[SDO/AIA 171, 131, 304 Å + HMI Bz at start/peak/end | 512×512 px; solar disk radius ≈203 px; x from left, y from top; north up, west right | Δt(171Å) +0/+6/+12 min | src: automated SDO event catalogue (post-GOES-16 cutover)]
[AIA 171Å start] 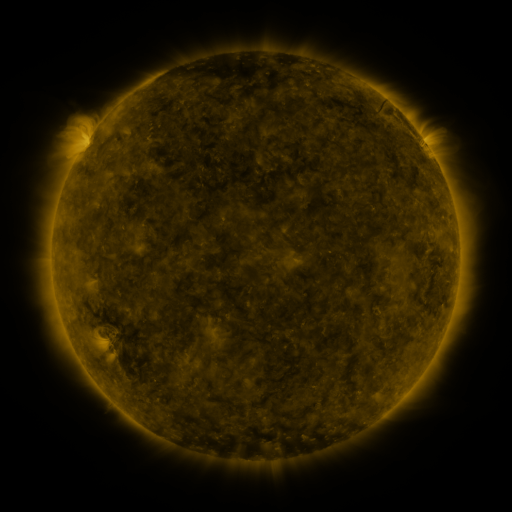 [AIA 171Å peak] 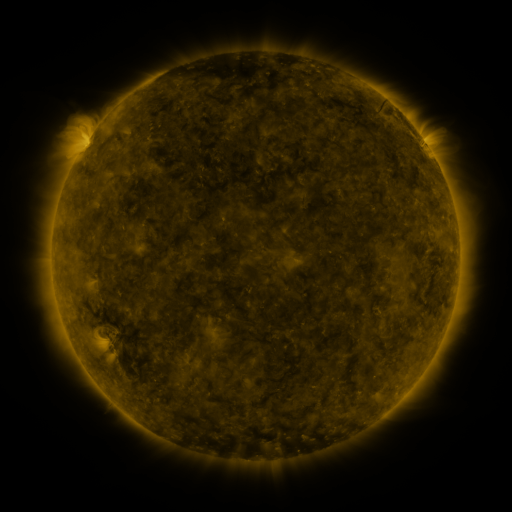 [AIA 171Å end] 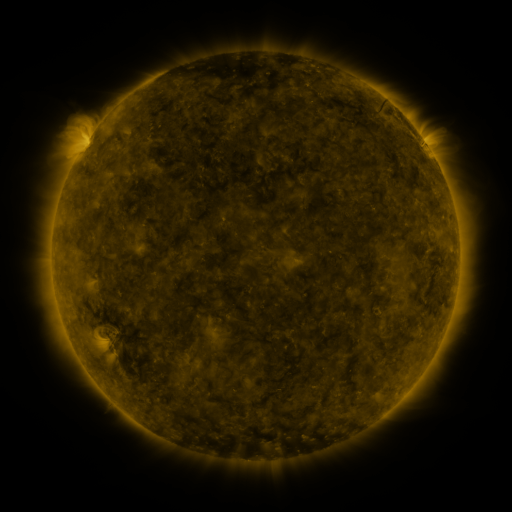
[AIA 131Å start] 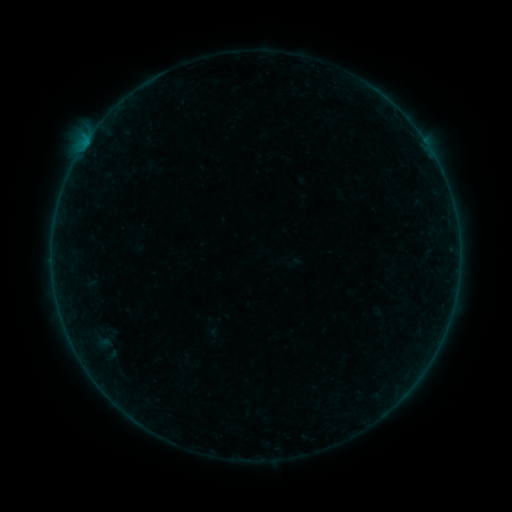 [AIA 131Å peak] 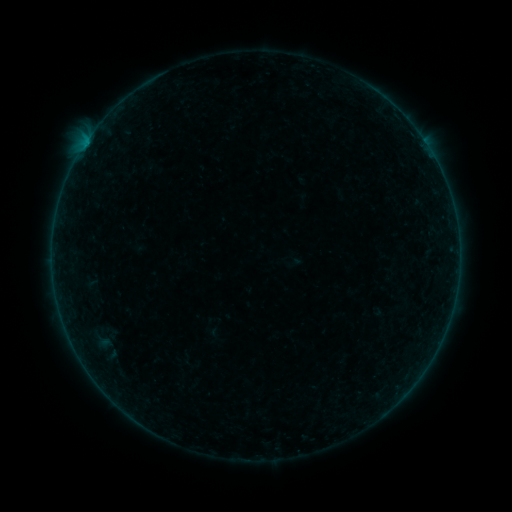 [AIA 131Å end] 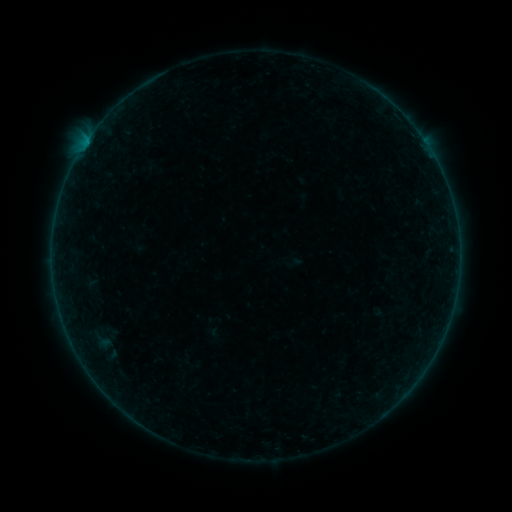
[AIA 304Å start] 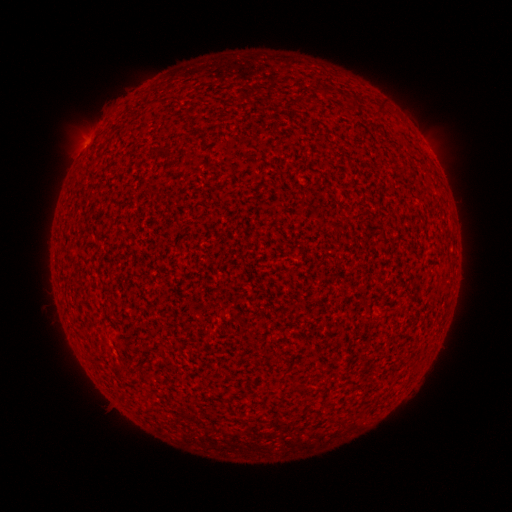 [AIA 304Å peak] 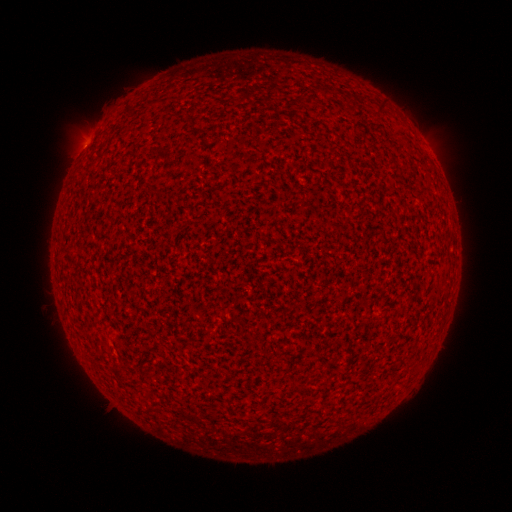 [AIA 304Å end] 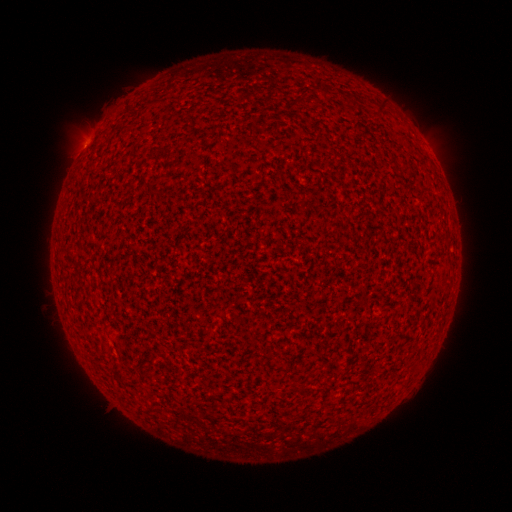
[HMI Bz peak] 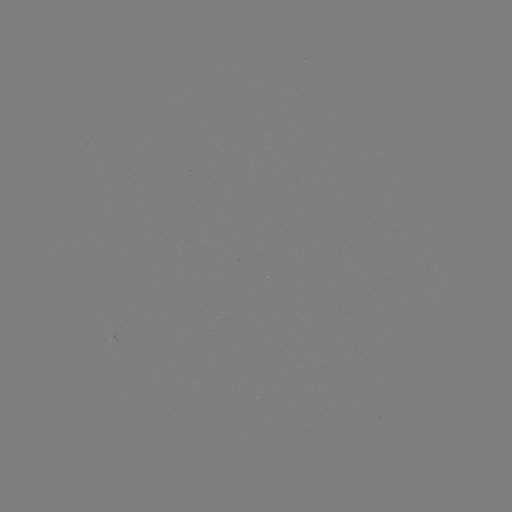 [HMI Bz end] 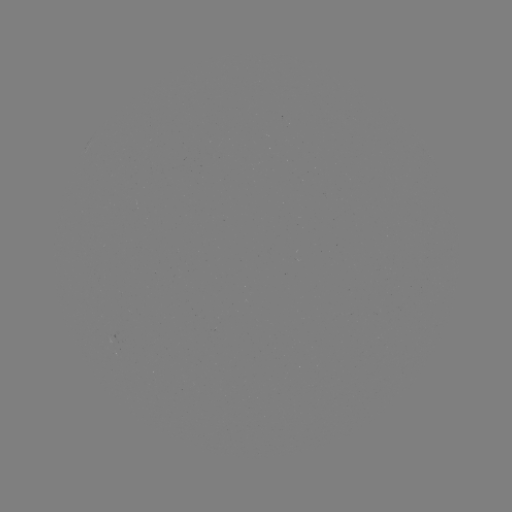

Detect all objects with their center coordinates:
A3.2 flare: (83, 148)
